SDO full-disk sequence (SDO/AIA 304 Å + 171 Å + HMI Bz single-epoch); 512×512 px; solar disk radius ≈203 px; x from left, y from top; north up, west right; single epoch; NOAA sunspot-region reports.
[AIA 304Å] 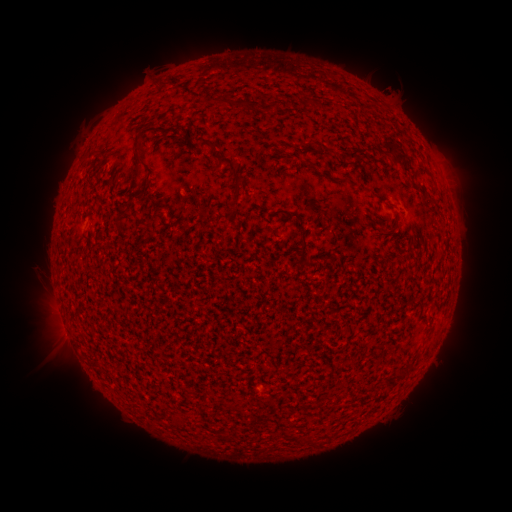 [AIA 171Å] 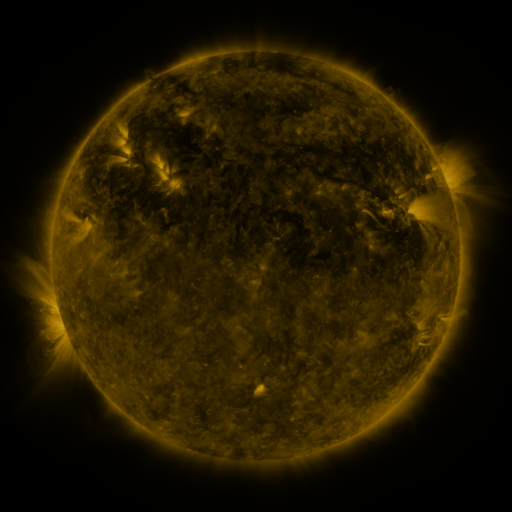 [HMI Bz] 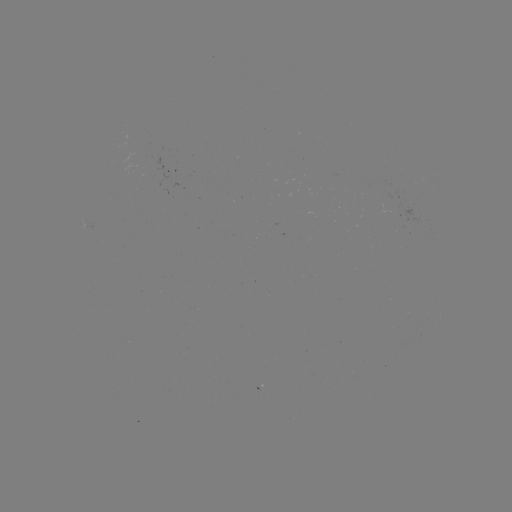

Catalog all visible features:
(none)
